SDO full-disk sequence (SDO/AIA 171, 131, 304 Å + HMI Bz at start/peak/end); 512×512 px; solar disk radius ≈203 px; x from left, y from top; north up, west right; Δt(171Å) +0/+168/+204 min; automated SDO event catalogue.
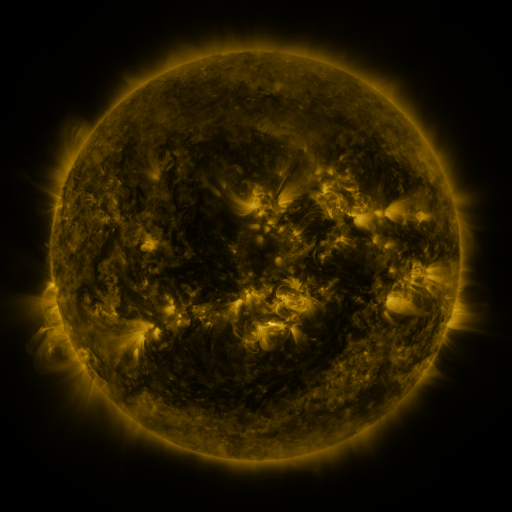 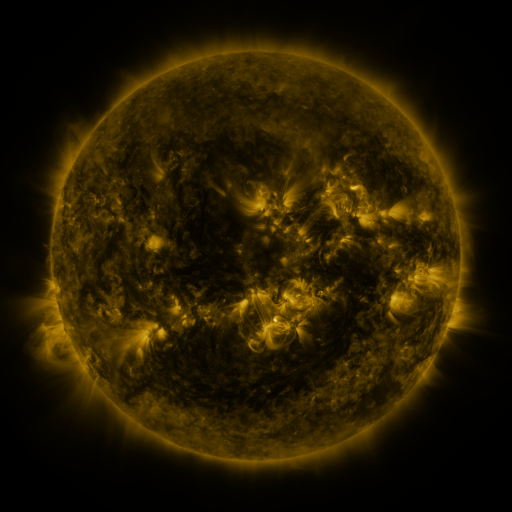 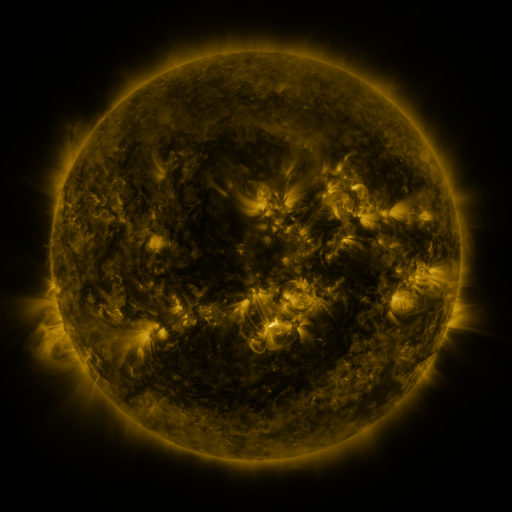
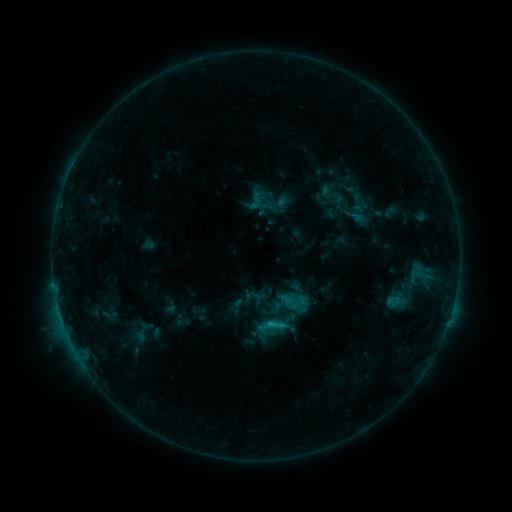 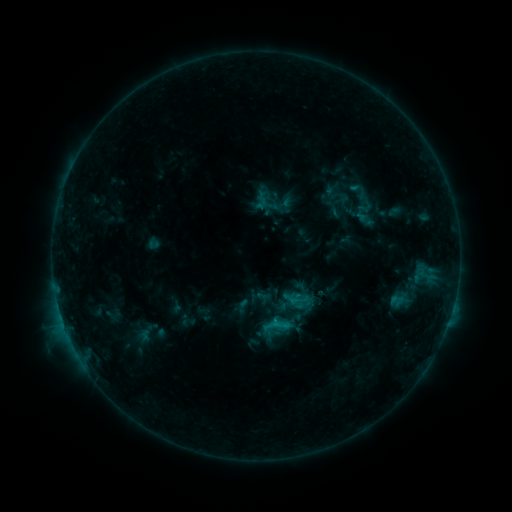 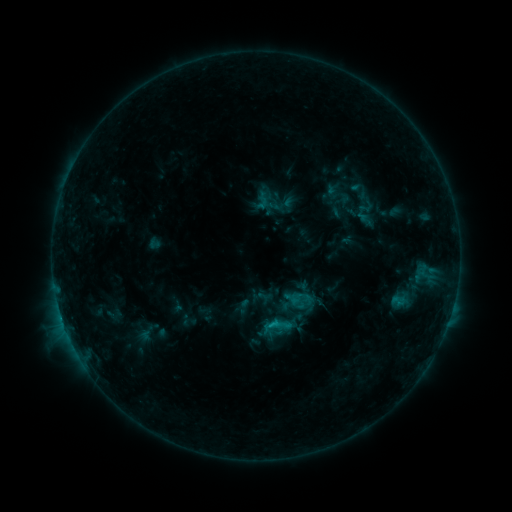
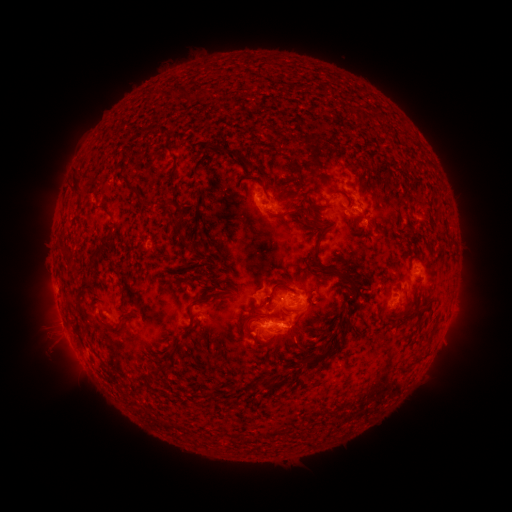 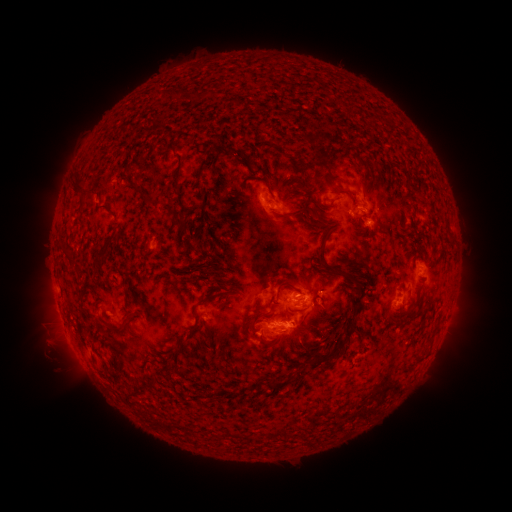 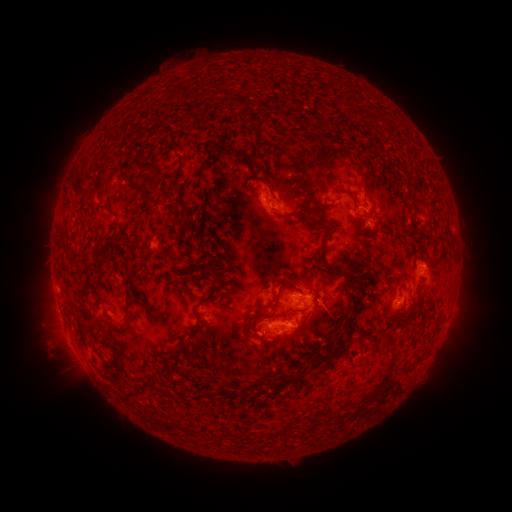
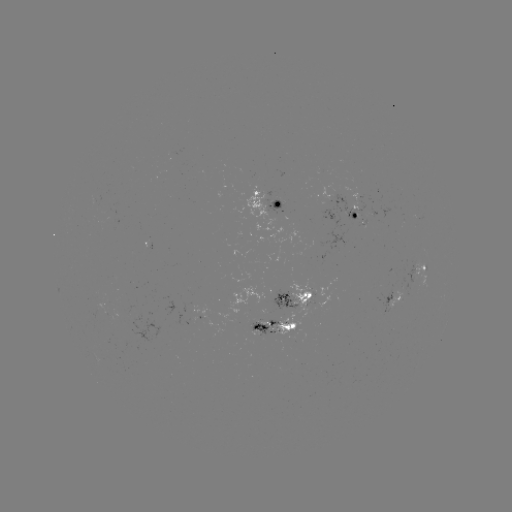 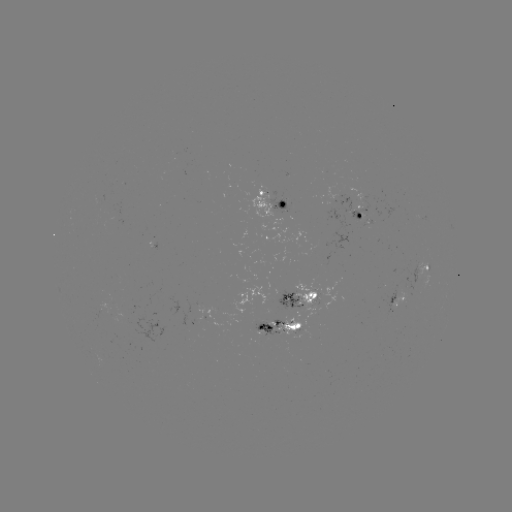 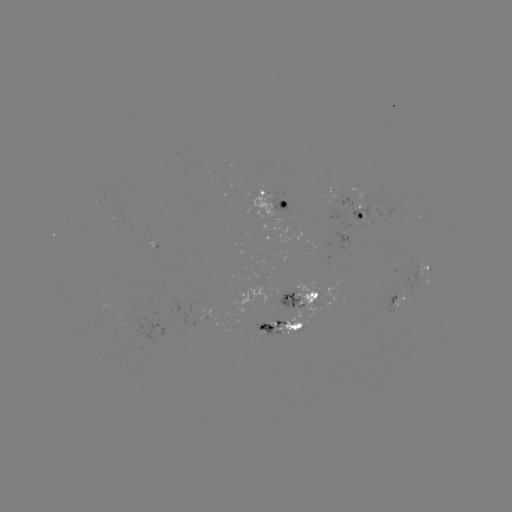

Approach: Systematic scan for emerging-flux region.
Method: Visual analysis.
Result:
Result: emerging-flux region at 264,323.